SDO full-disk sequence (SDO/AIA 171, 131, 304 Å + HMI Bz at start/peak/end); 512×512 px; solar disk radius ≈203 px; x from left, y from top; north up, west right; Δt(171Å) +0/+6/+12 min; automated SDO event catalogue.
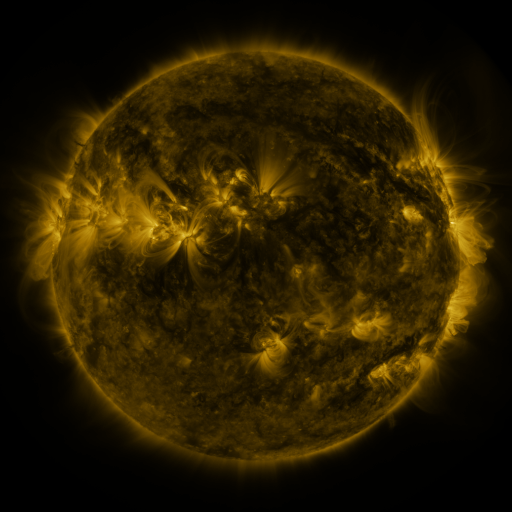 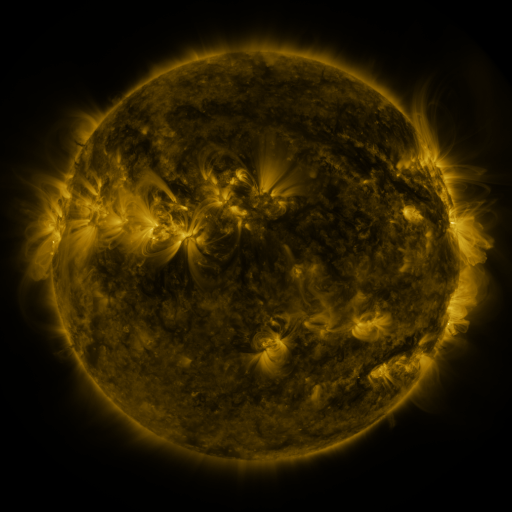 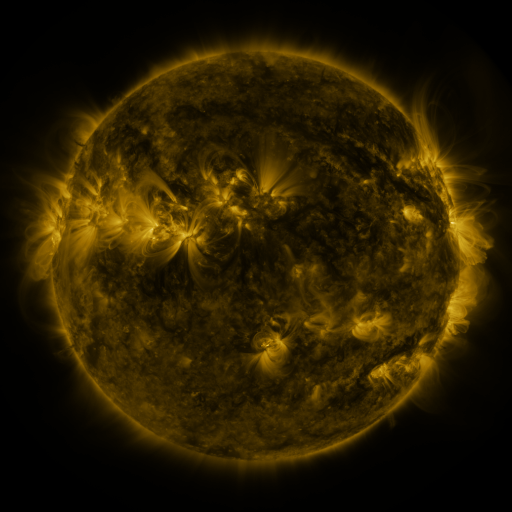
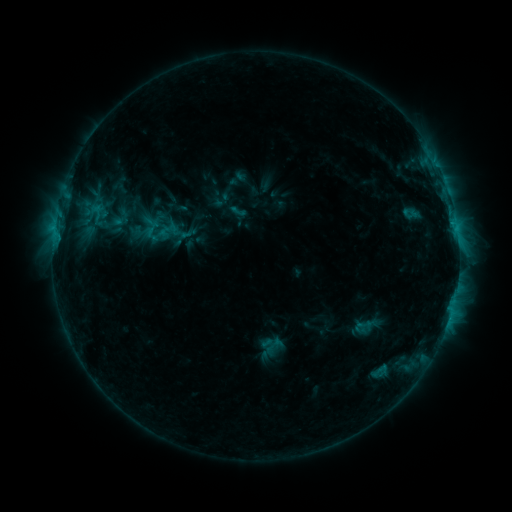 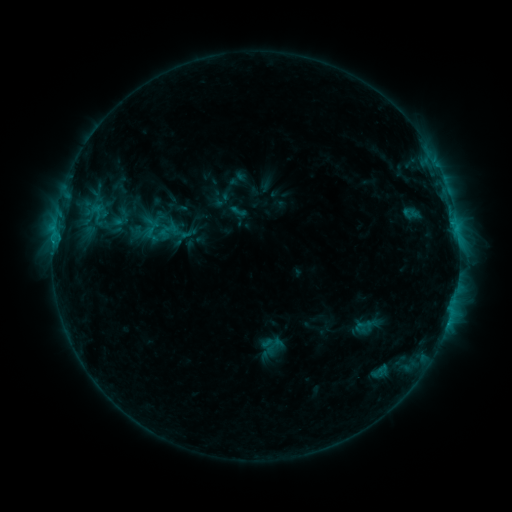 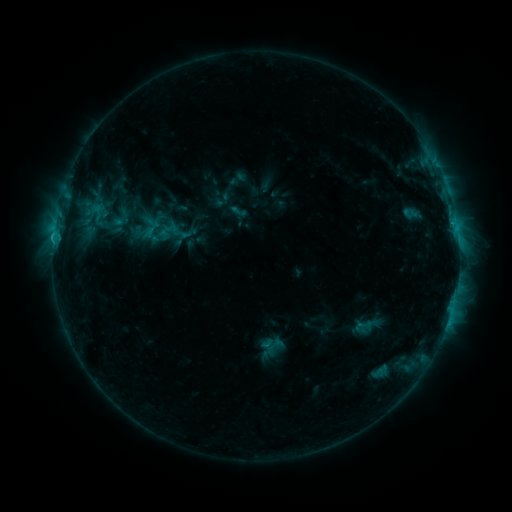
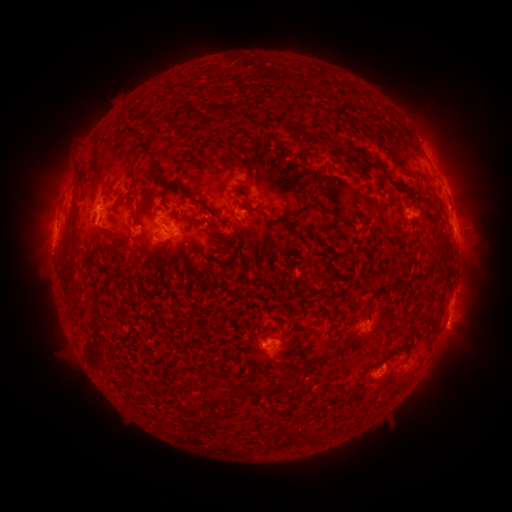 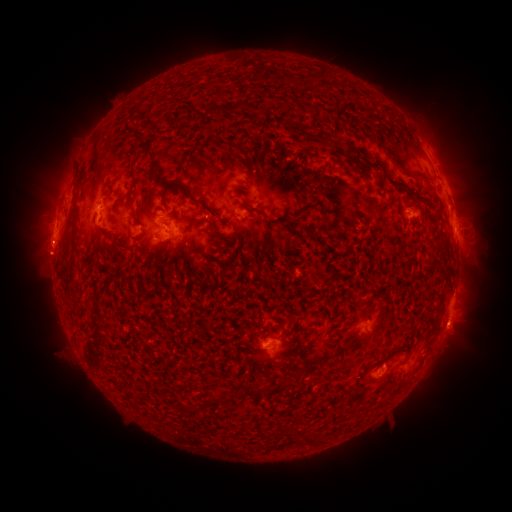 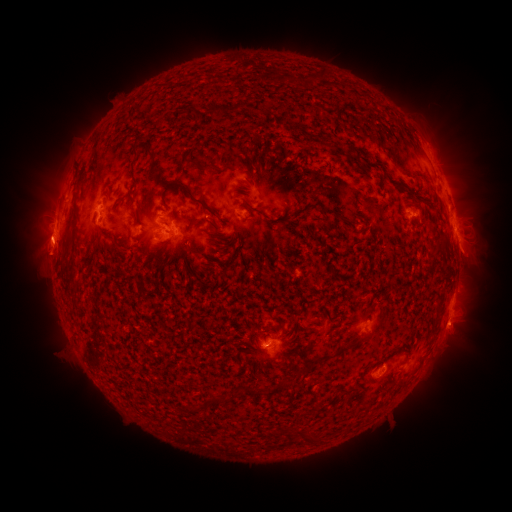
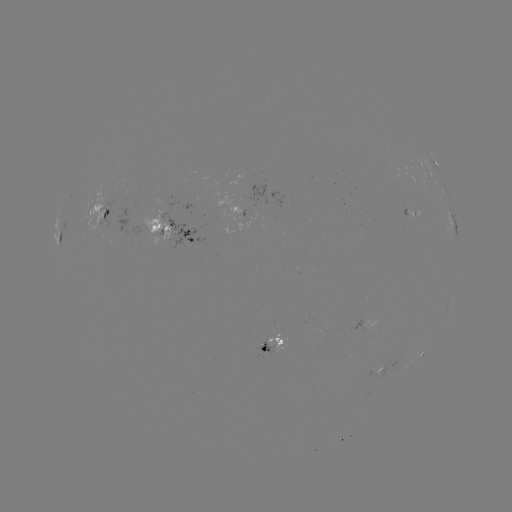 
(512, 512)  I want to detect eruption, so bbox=[435, 223, 490, 272].